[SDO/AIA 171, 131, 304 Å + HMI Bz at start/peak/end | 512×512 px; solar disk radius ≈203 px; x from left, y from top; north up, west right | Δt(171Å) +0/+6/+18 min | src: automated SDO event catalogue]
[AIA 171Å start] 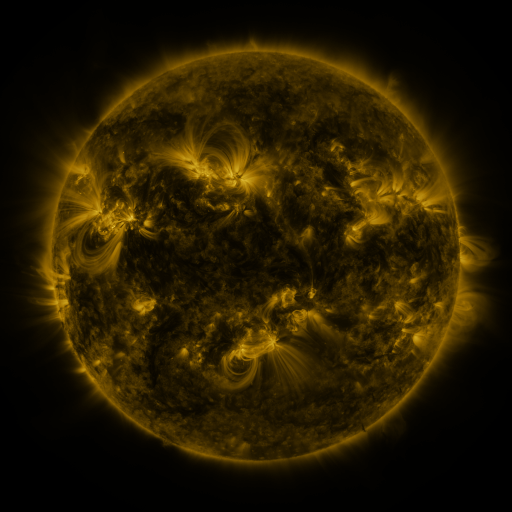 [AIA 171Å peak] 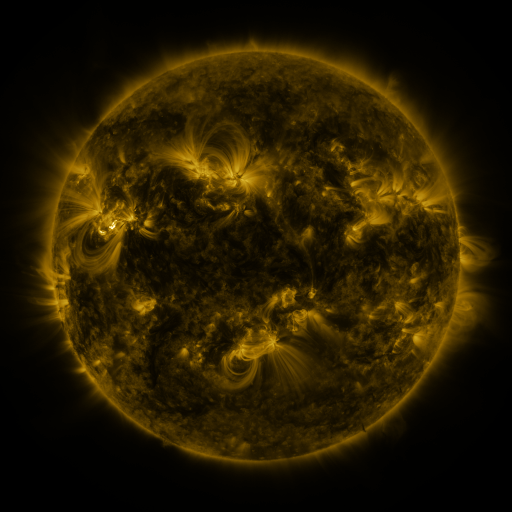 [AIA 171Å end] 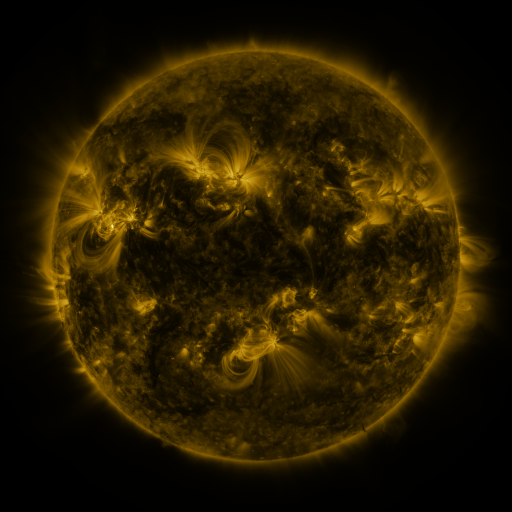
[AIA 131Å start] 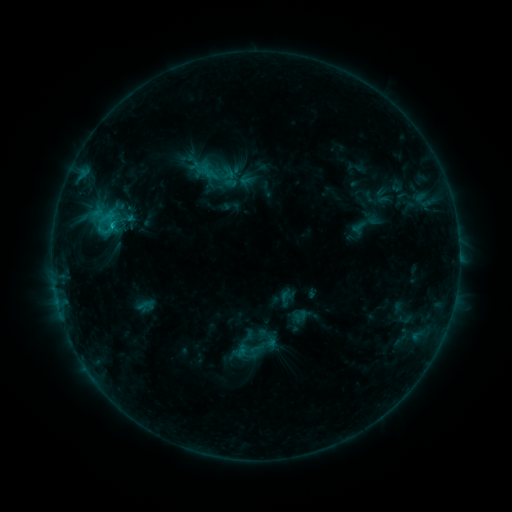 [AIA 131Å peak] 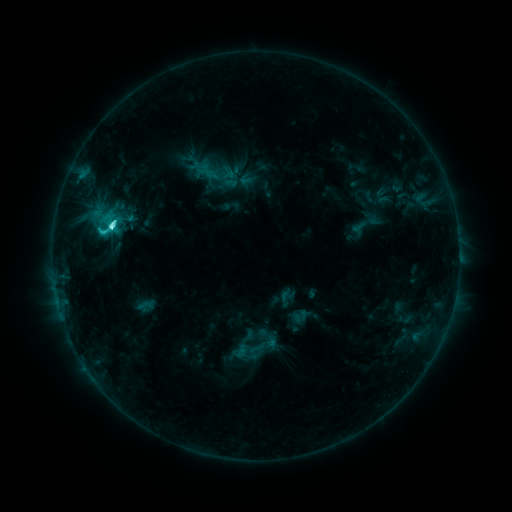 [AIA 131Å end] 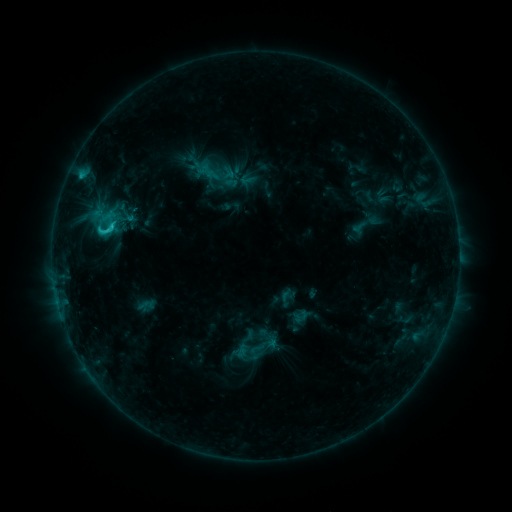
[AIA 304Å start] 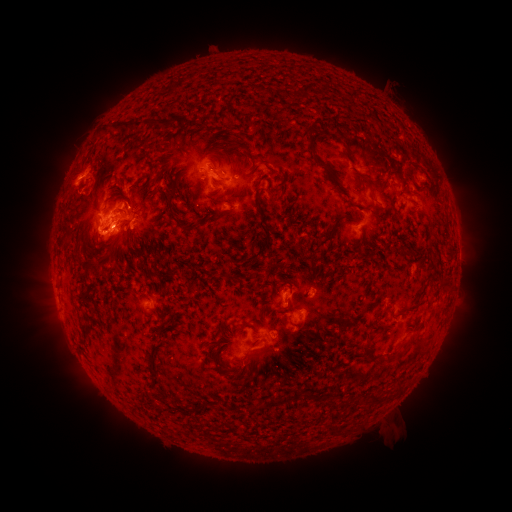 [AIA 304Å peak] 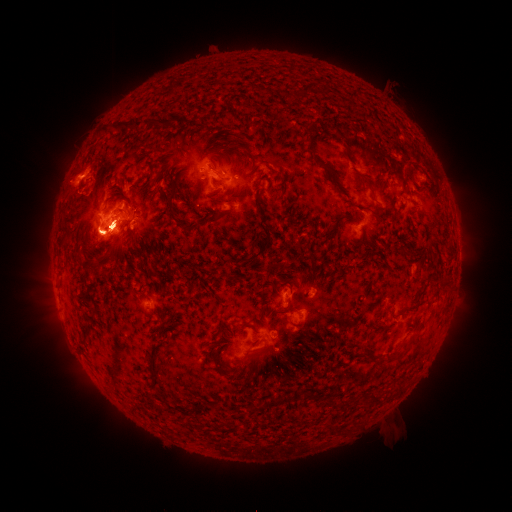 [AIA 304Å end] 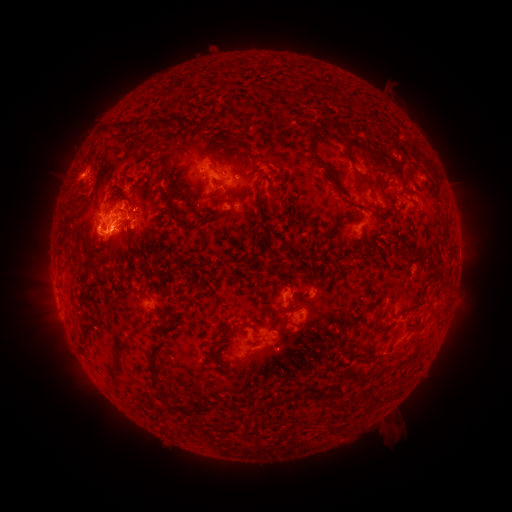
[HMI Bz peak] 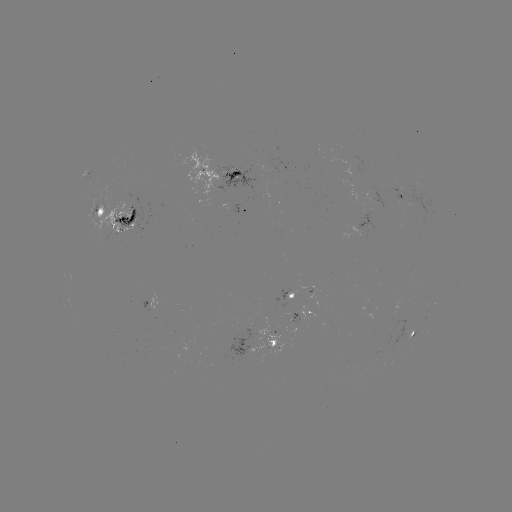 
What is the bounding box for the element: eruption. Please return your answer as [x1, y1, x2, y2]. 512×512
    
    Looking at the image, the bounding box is [23, 125, 174, 408].